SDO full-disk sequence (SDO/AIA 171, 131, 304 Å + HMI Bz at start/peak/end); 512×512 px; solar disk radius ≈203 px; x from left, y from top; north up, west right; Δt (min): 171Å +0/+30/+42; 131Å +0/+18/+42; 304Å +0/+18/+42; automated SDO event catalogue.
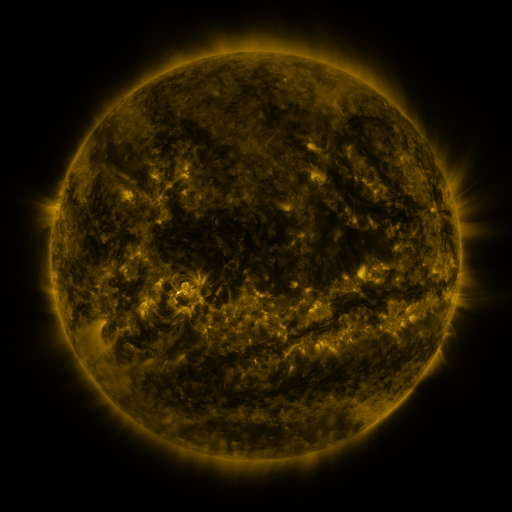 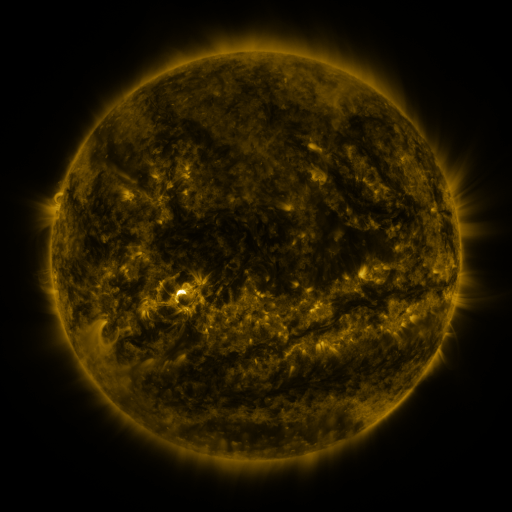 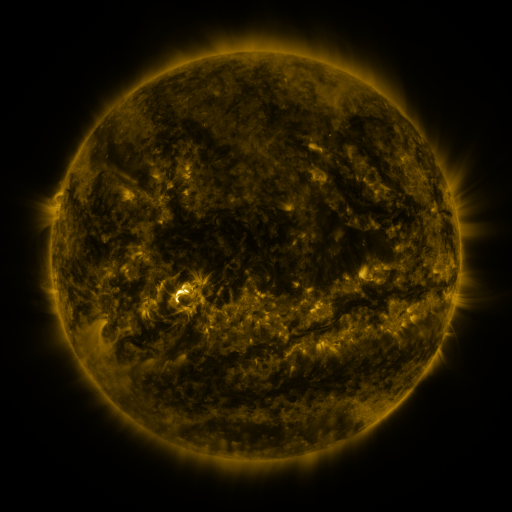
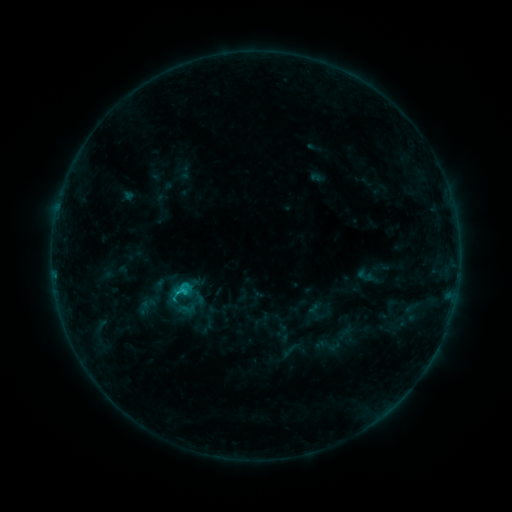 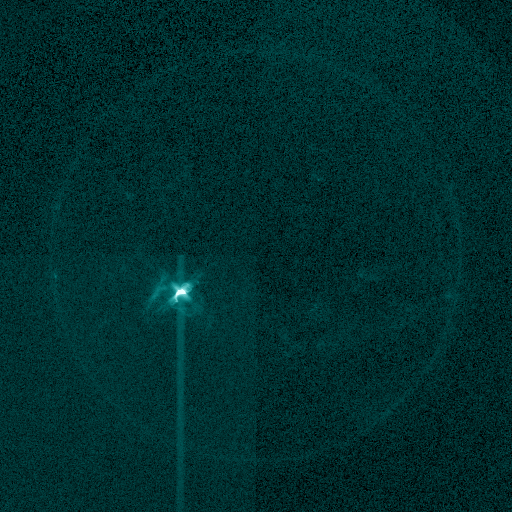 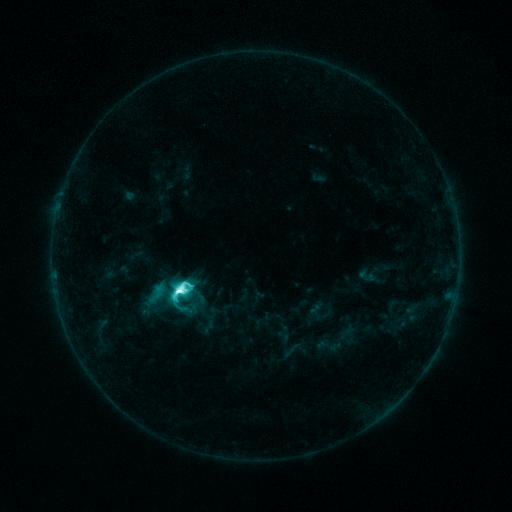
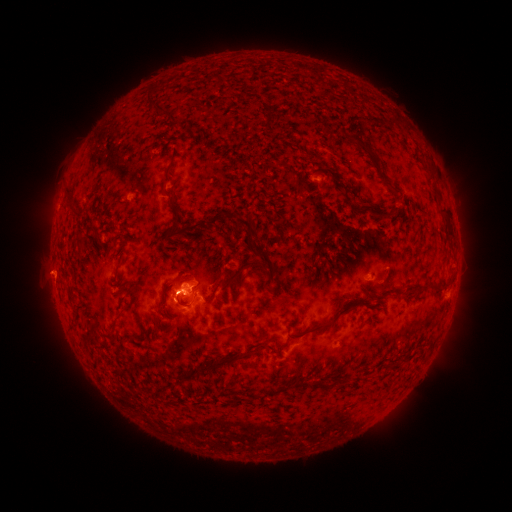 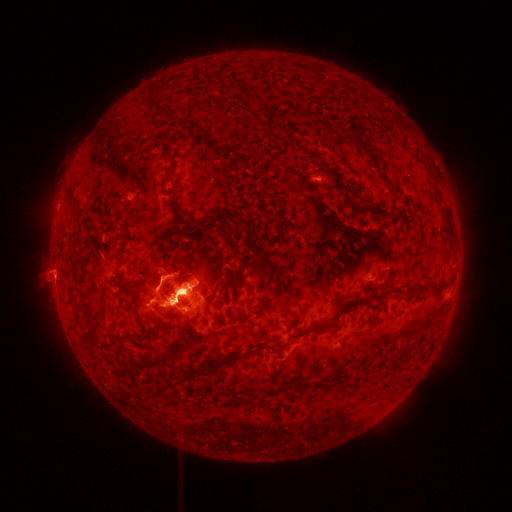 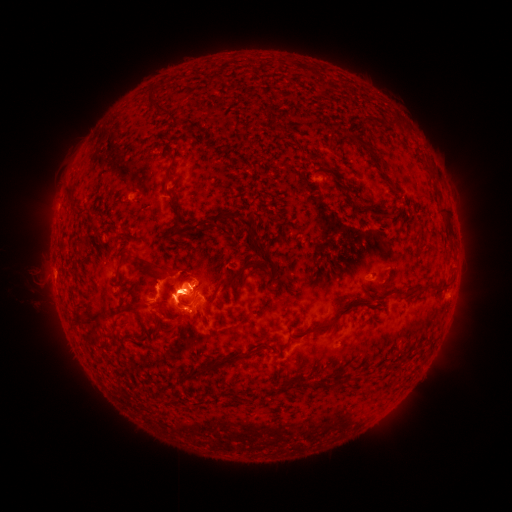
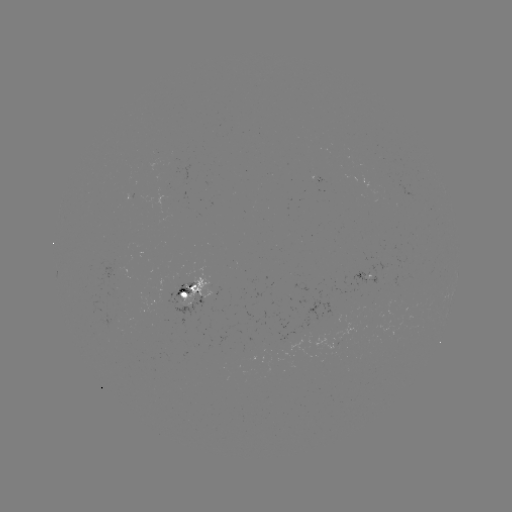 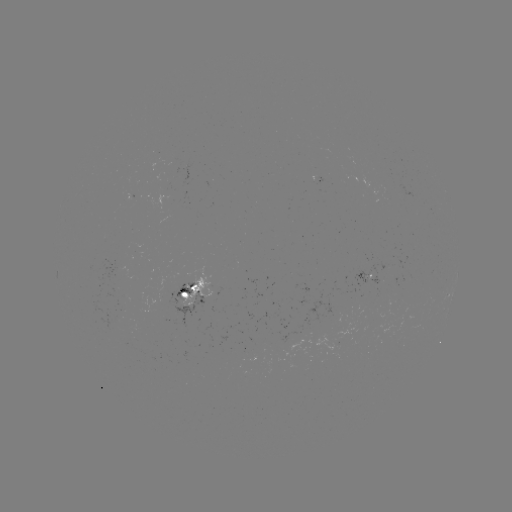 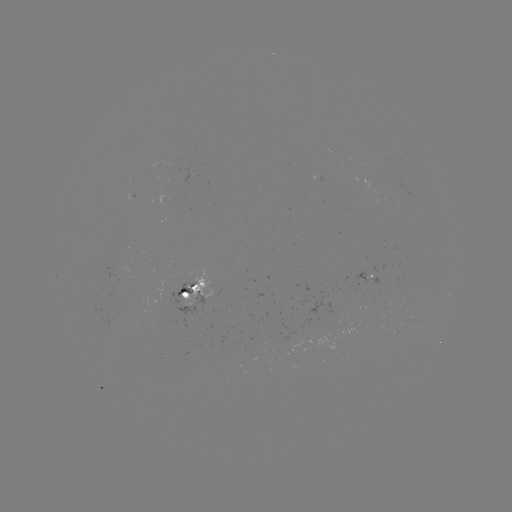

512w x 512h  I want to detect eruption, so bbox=[16, 181, 330, 401].